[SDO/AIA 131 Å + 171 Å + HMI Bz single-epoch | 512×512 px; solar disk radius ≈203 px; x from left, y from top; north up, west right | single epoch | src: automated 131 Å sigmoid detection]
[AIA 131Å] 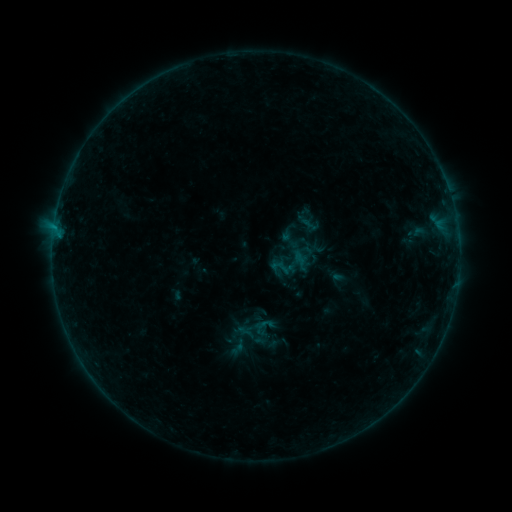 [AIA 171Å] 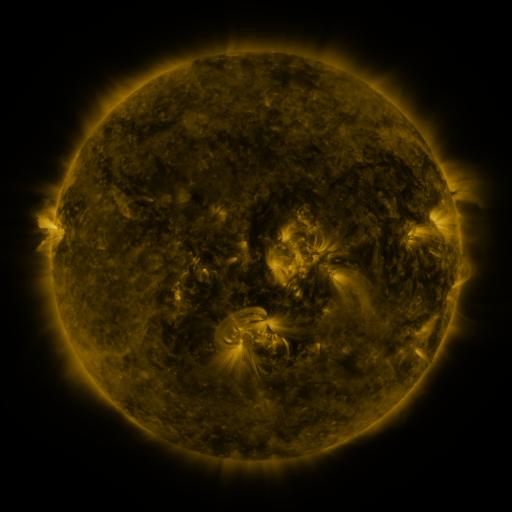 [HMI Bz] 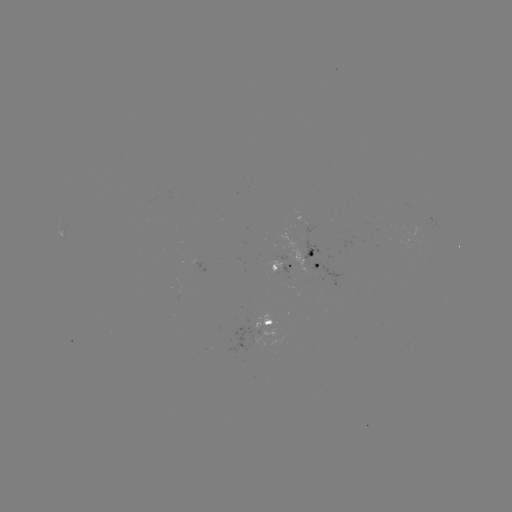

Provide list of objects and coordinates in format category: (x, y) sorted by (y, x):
sigmoid: (290, 240)
sigmoid: (264, 328)
